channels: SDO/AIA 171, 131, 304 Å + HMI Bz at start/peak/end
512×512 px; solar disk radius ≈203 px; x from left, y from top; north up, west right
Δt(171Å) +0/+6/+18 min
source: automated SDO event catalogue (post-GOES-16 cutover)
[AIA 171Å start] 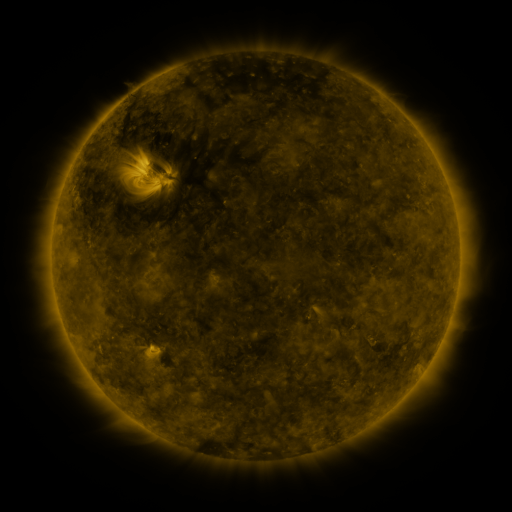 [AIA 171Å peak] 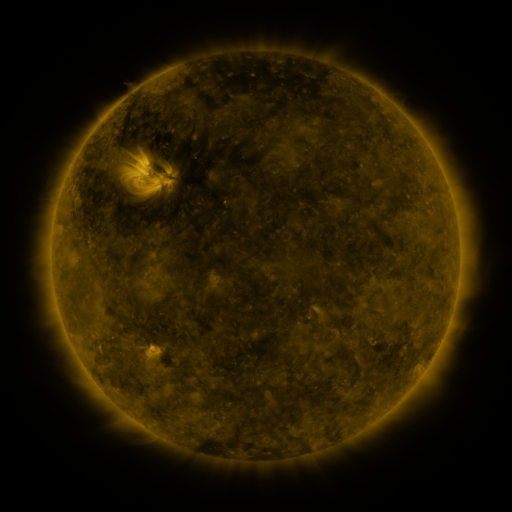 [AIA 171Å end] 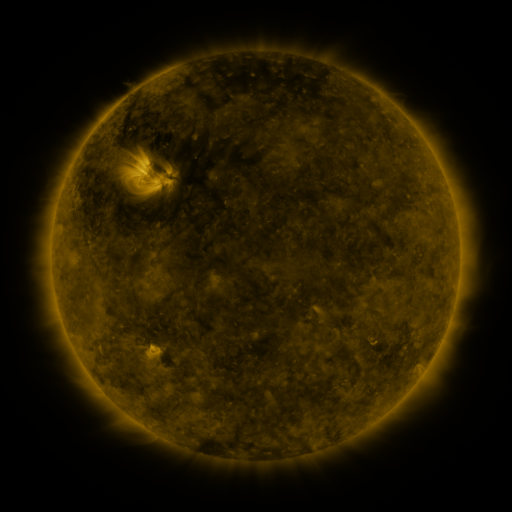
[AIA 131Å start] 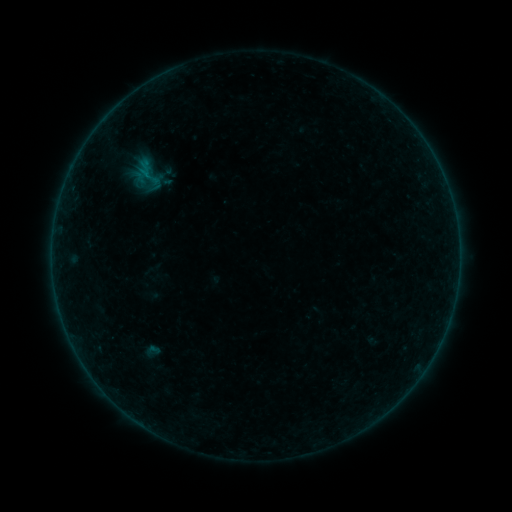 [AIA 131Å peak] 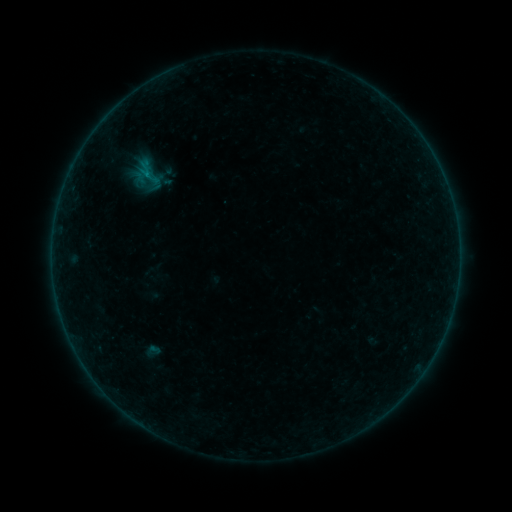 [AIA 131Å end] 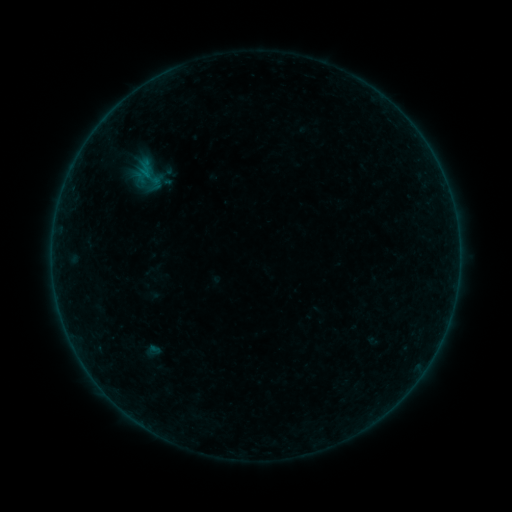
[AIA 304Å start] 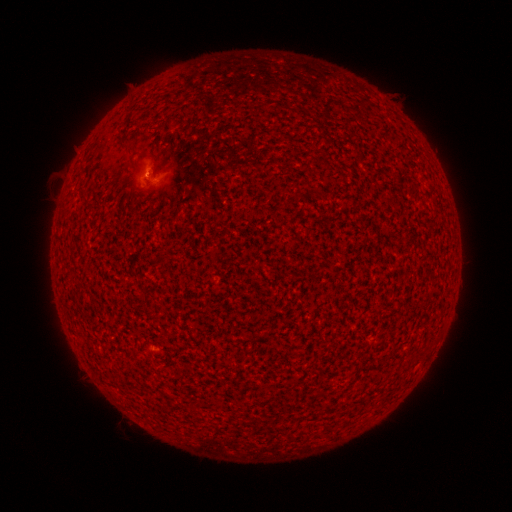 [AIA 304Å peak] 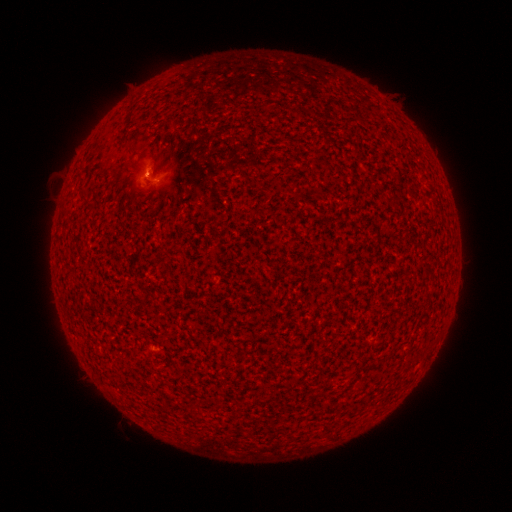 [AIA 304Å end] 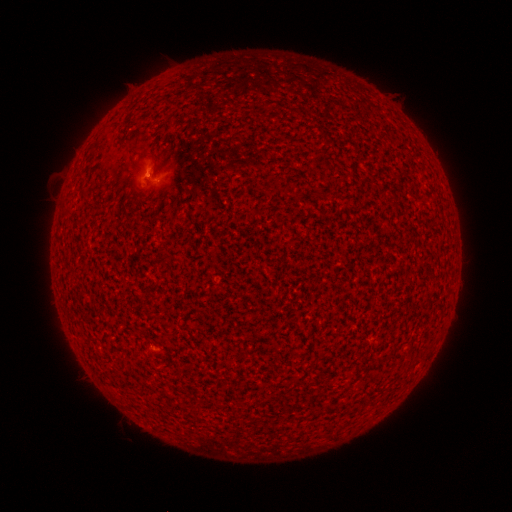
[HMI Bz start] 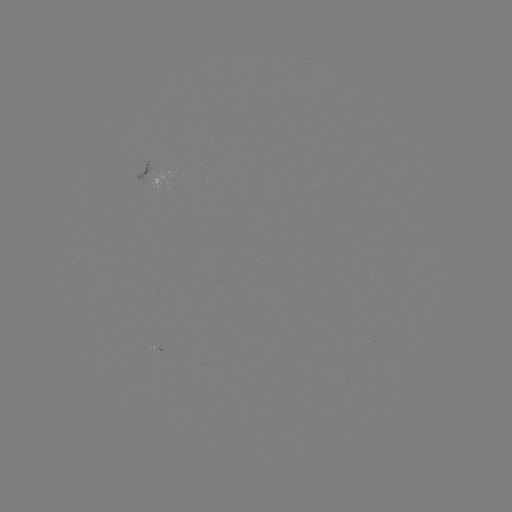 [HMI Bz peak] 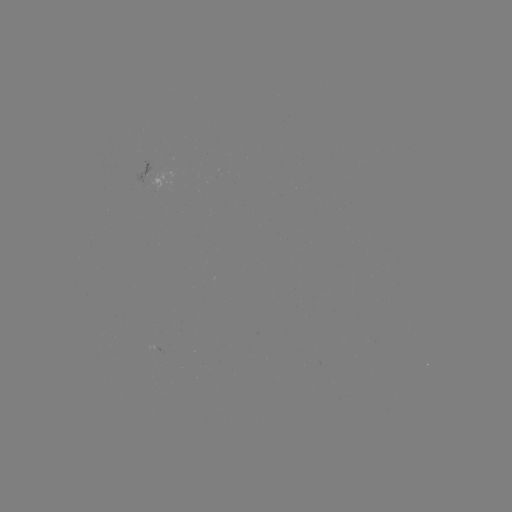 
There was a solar flare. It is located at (148, 175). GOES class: B1.8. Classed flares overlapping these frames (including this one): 2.